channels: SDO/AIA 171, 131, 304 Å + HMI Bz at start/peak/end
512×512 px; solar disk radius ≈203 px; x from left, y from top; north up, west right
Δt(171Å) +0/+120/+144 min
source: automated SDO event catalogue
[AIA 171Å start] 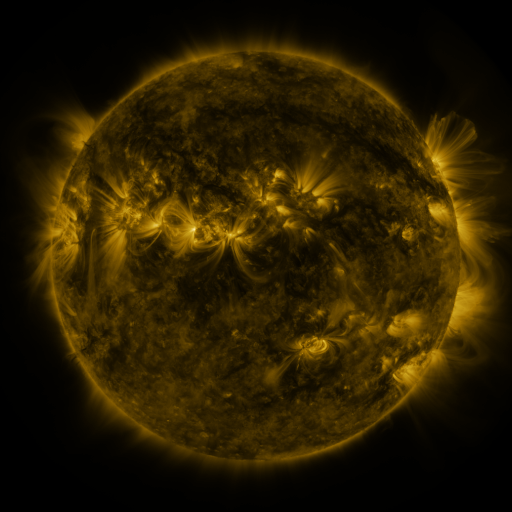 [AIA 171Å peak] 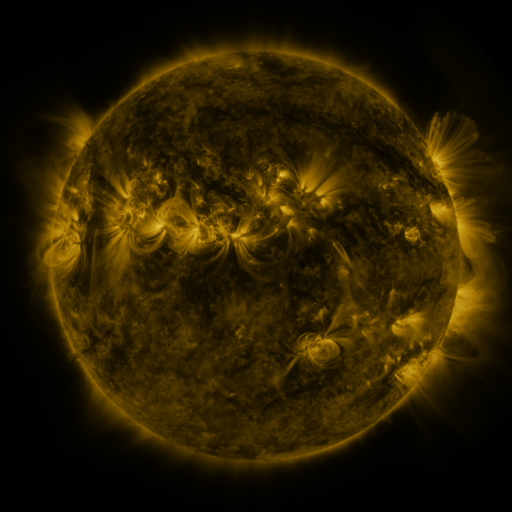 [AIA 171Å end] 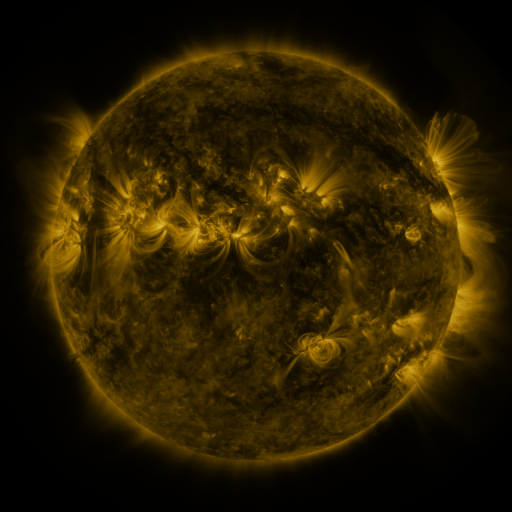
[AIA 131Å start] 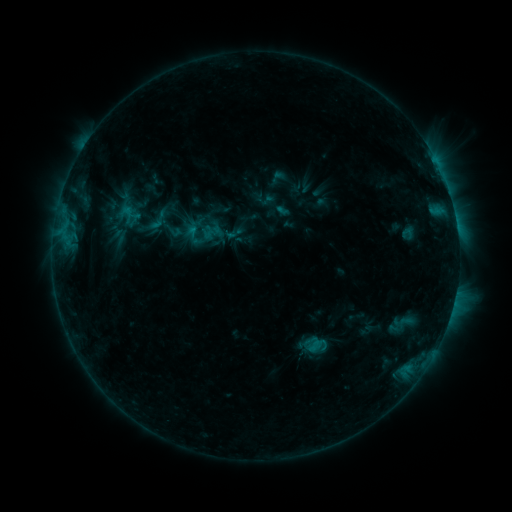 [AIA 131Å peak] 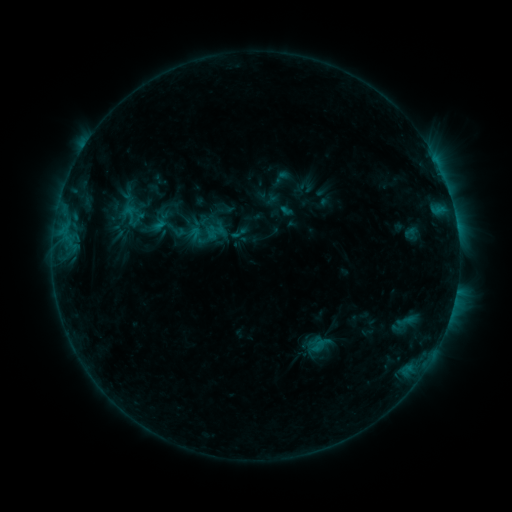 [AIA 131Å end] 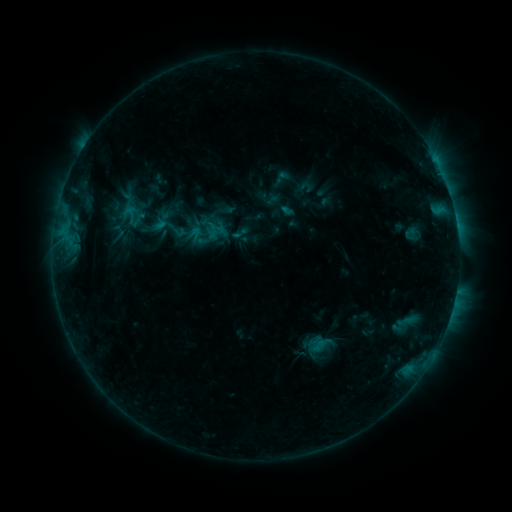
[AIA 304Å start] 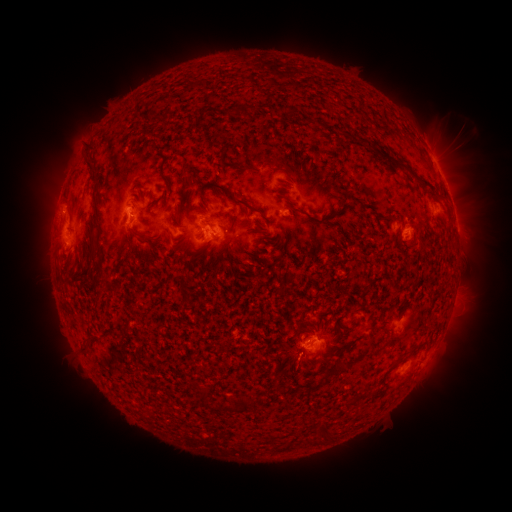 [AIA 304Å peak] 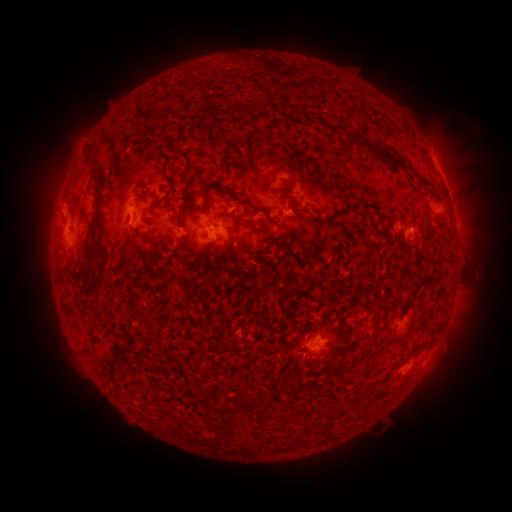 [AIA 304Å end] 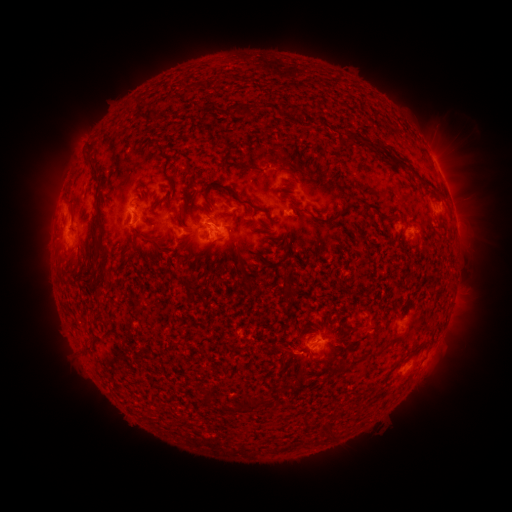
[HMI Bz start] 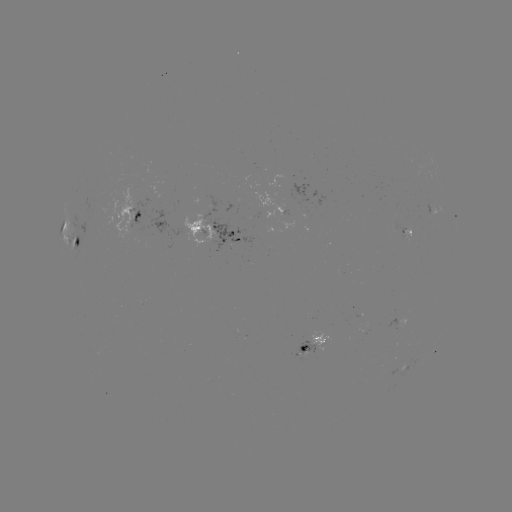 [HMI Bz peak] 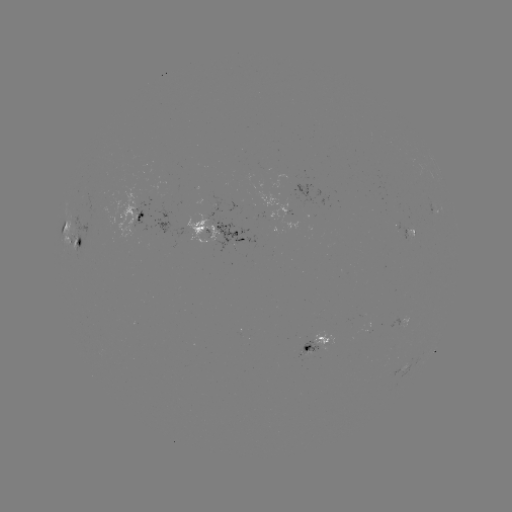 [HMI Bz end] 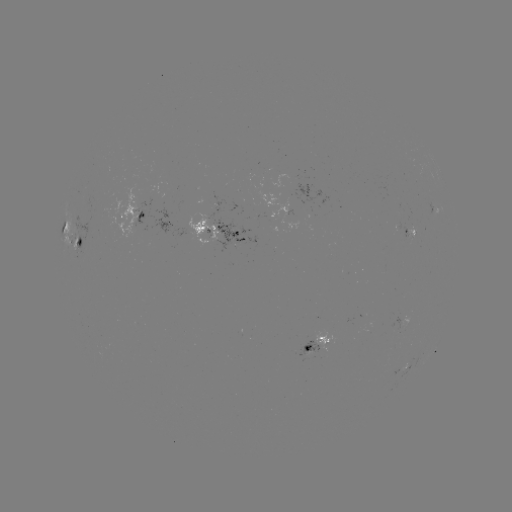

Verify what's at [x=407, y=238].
emerging-flux region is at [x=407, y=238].